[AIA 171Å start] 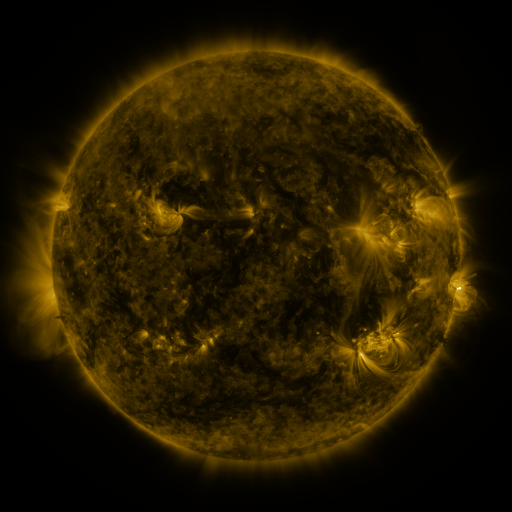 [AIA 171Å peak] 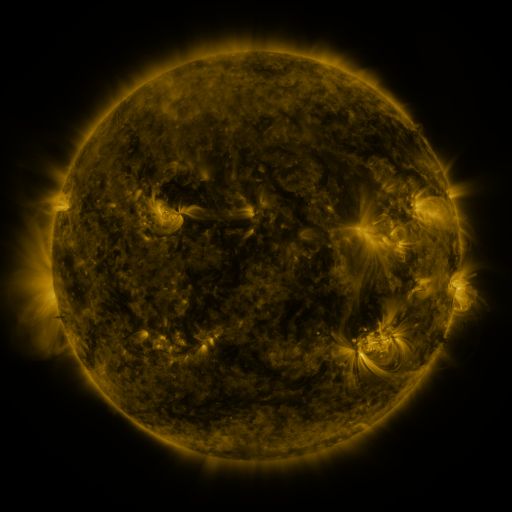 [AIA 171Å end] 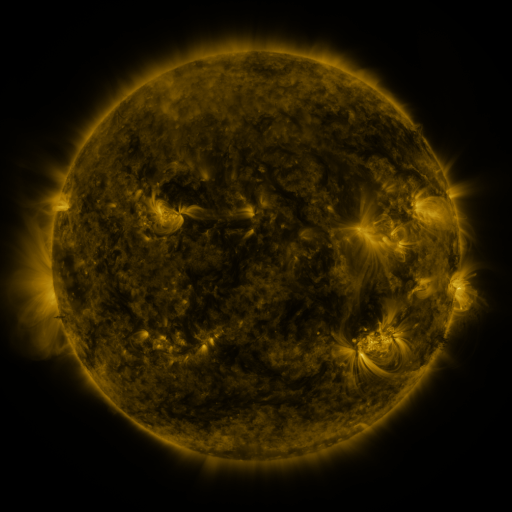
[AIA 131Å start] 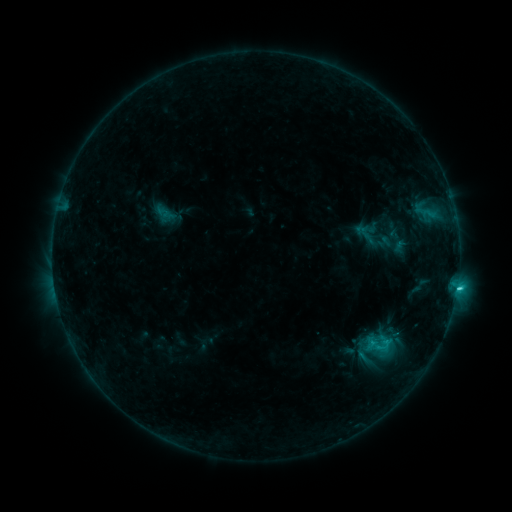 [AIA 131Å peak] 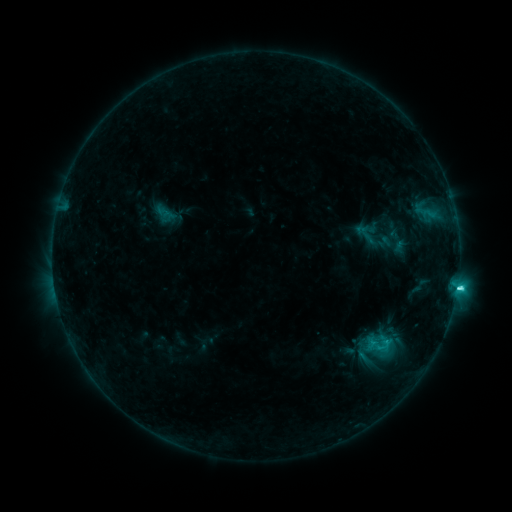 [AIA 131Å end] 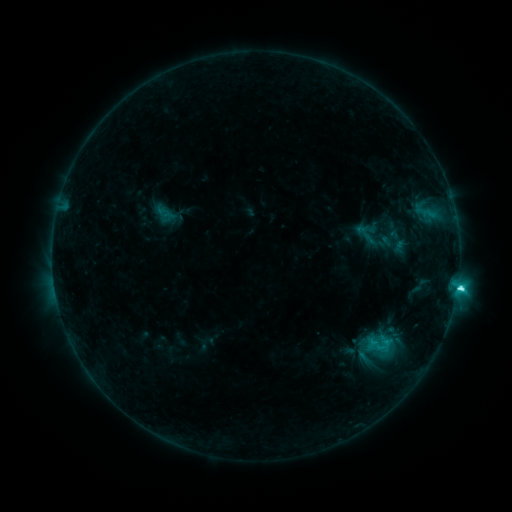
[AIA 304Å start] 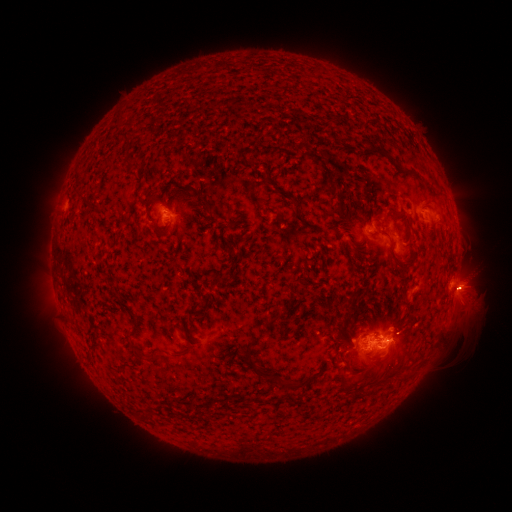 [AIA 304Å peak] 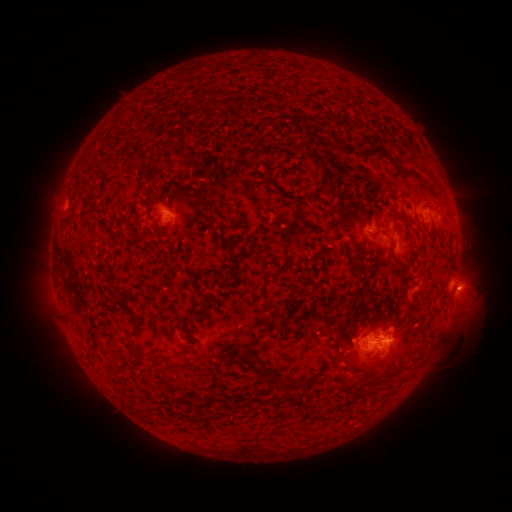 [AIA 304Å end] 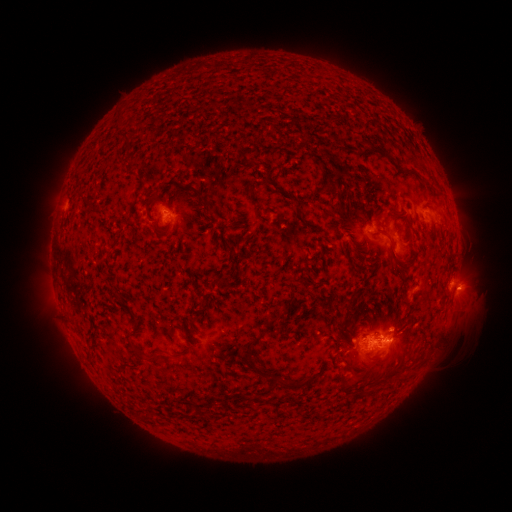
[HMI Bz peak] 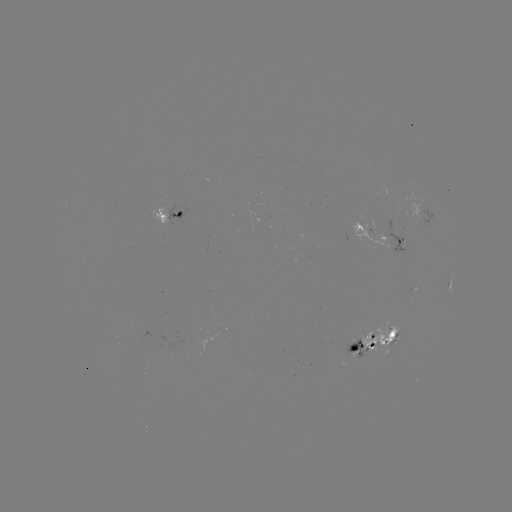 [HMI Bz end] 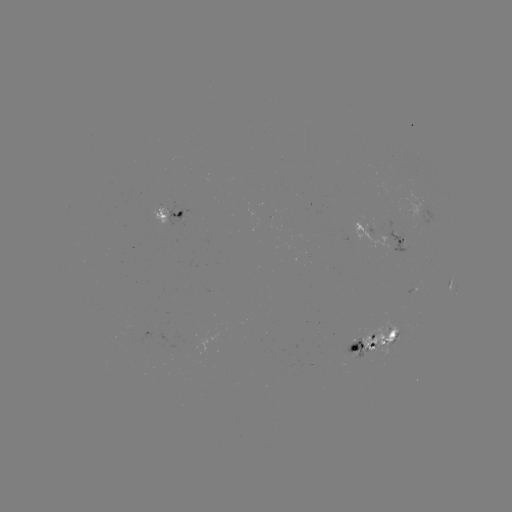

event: flare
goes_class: C5.0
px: (378, 345)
